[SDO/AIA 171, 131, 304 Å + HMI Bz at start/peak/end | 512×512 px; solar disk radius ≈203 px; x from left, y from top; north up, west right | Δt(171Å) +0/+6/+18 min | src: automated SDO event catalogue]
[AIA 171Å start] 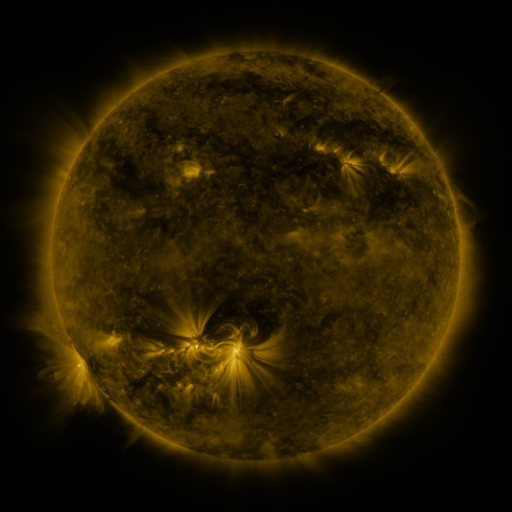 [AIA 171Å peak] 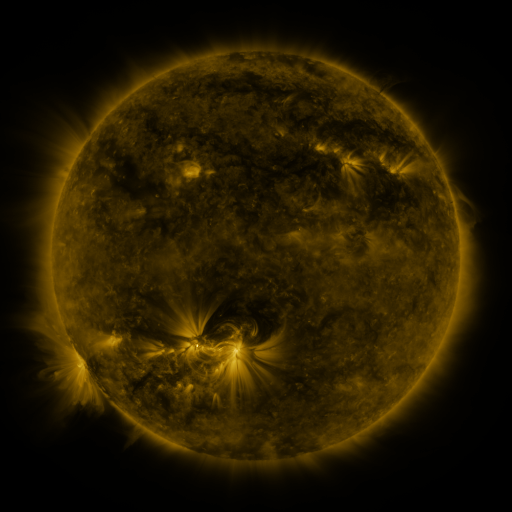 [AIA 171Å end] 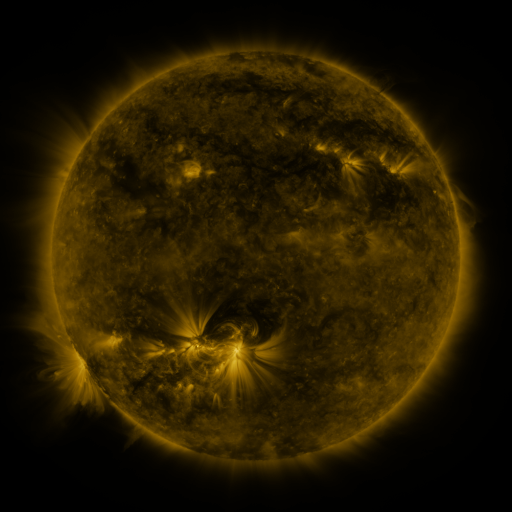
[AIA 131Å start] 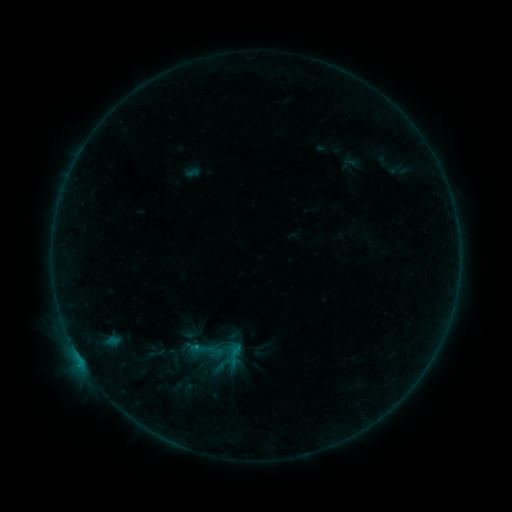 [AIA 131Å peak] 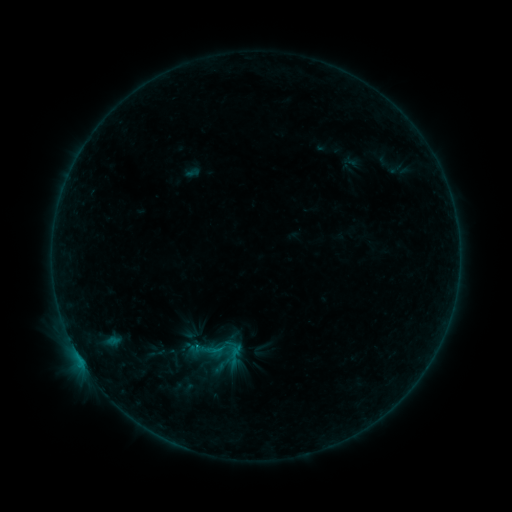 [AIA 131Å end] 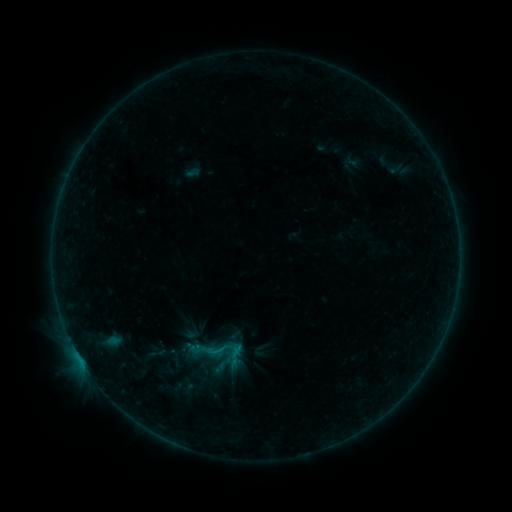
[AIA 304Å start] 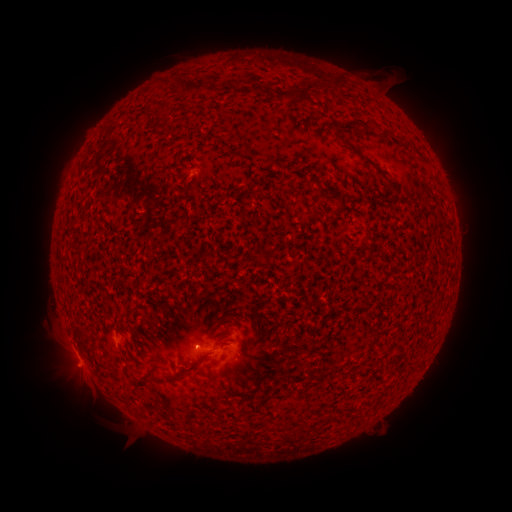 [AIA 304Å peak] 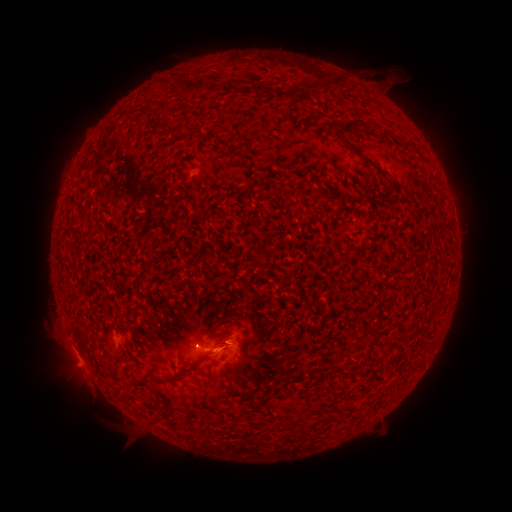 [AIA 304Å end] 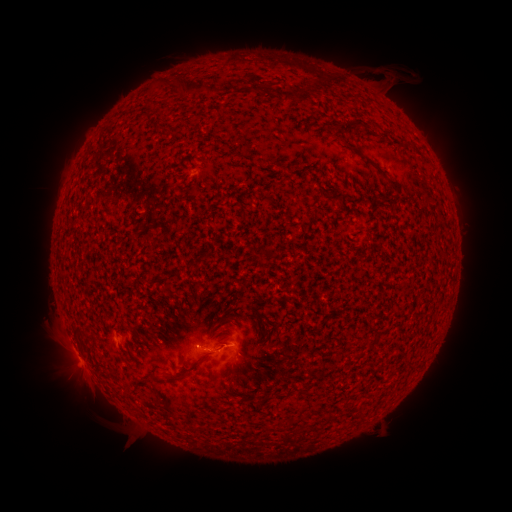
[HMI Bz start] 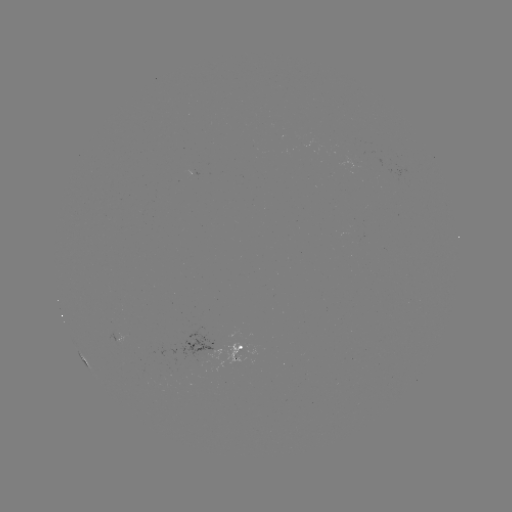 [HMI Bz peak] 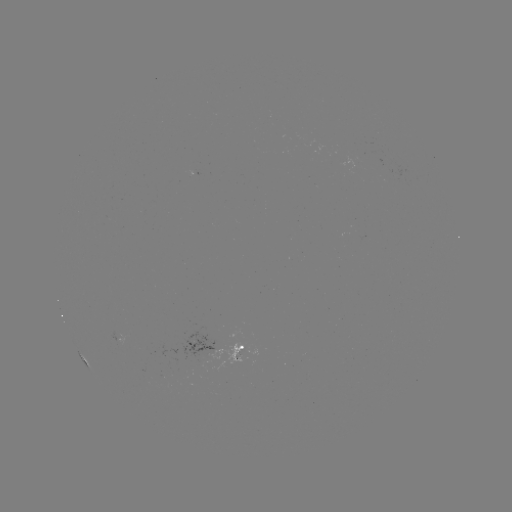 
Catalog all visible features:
B4.6 flare: (216, 348)
